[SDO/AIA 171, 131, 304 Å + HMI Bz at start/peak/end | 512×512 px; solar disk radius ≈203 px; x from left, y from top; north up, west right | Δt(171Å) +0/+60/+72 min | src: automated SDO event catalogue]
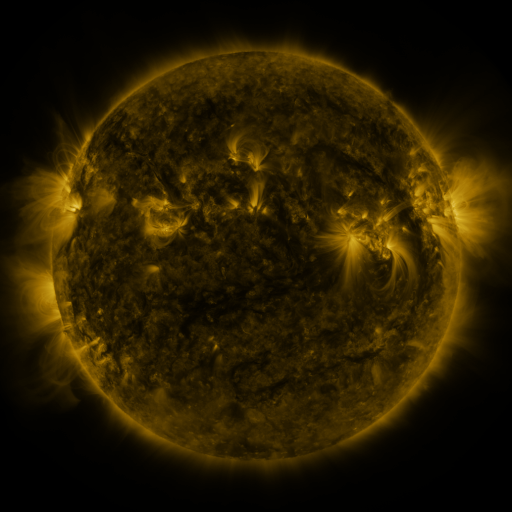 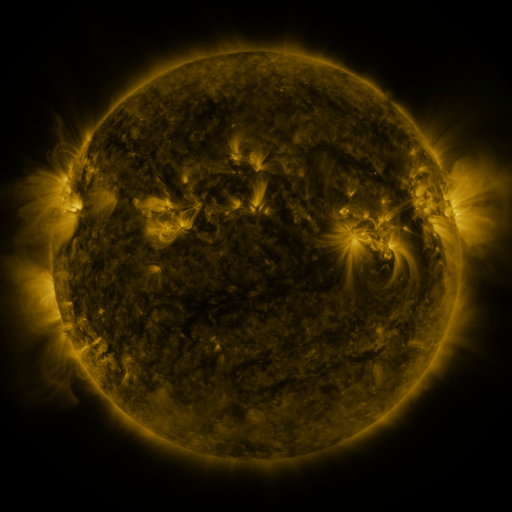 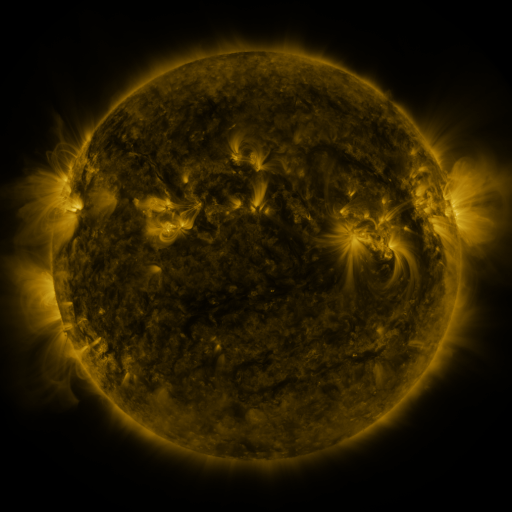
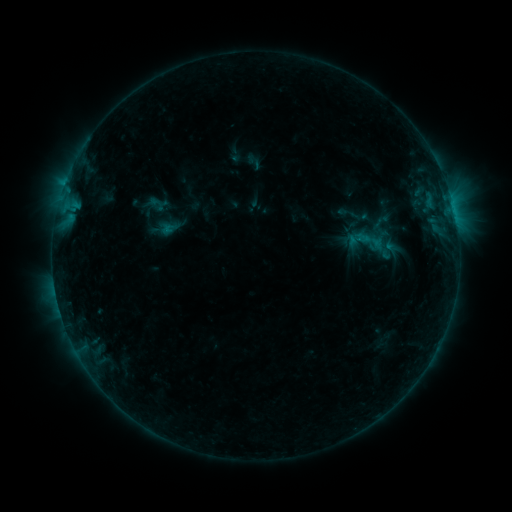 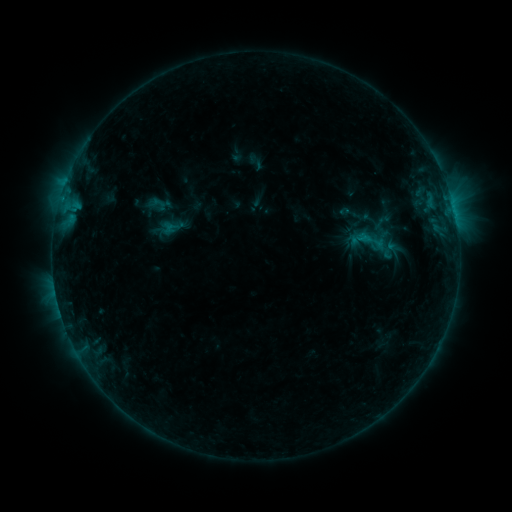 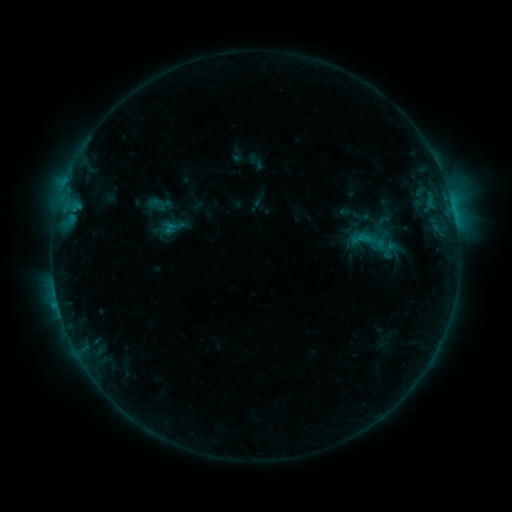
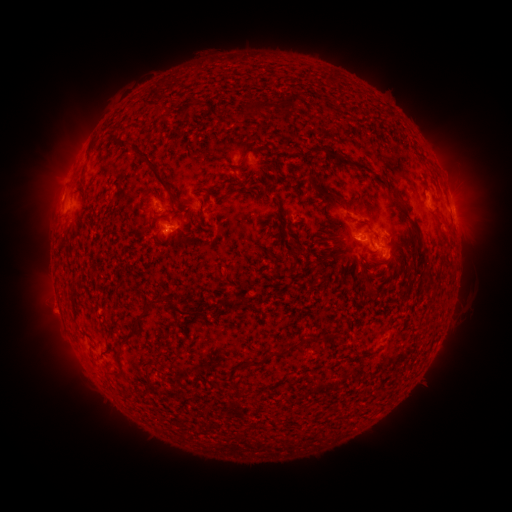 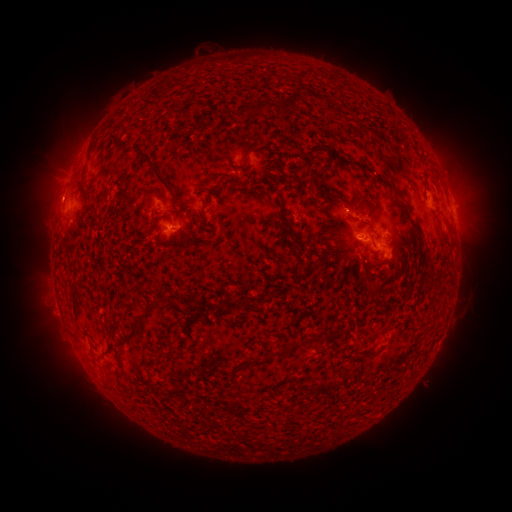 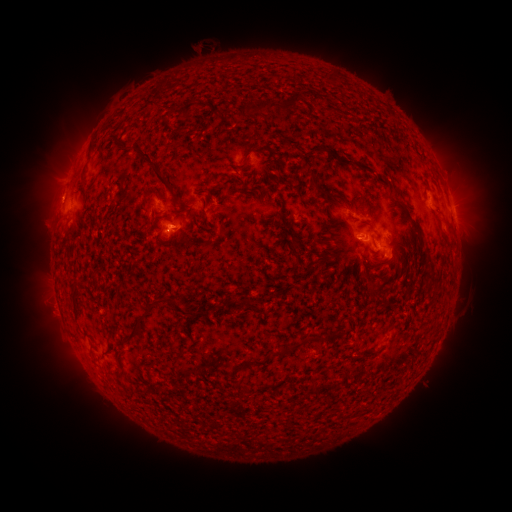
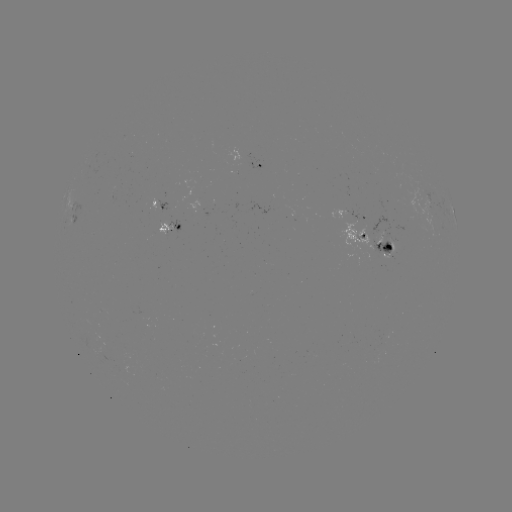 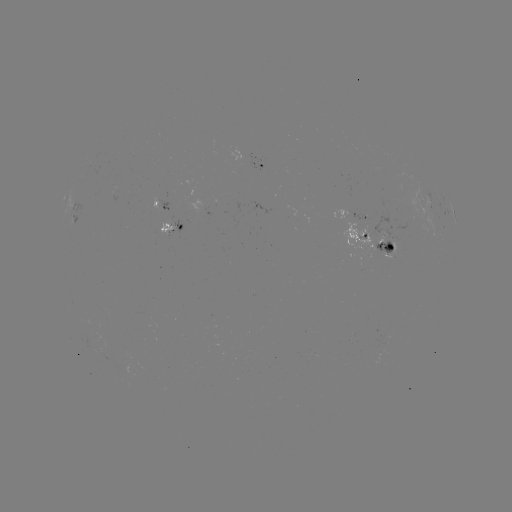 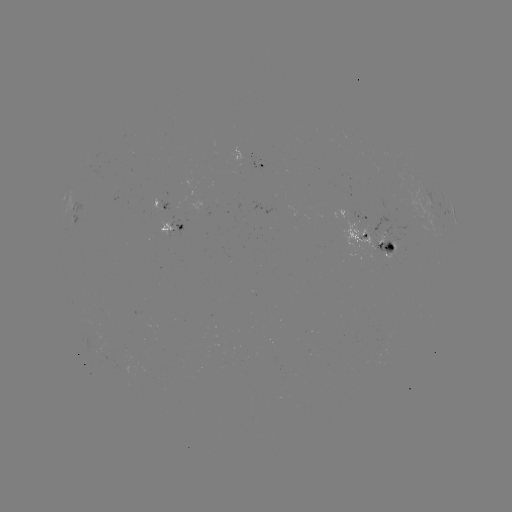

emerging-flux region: <bbox>159, 217, 172, 235</bbox>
